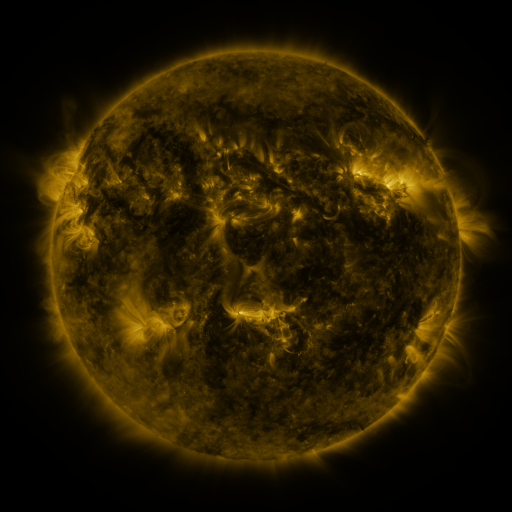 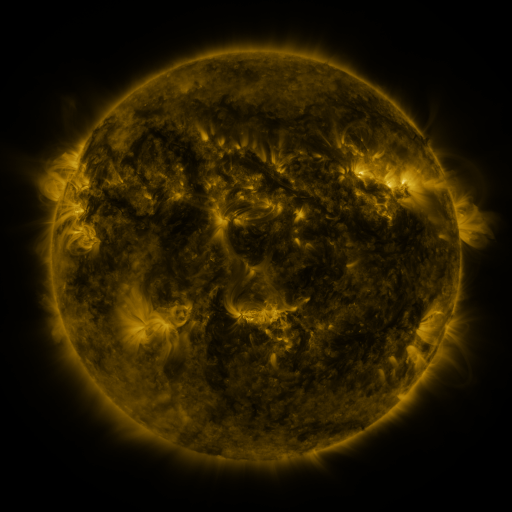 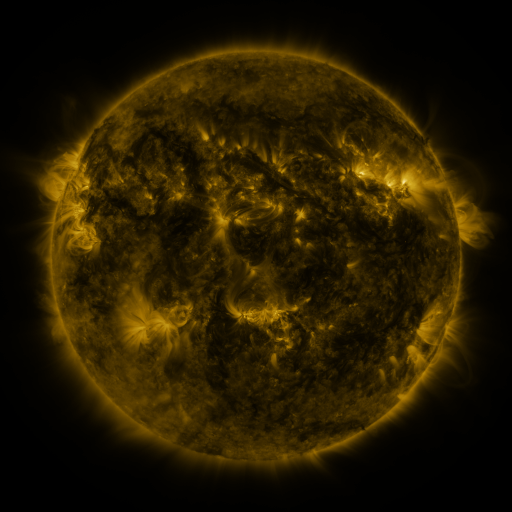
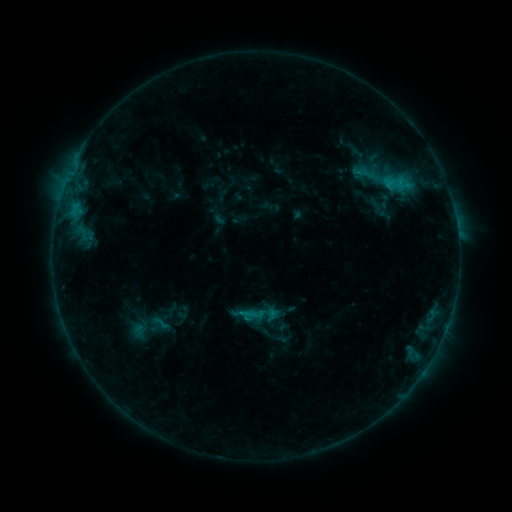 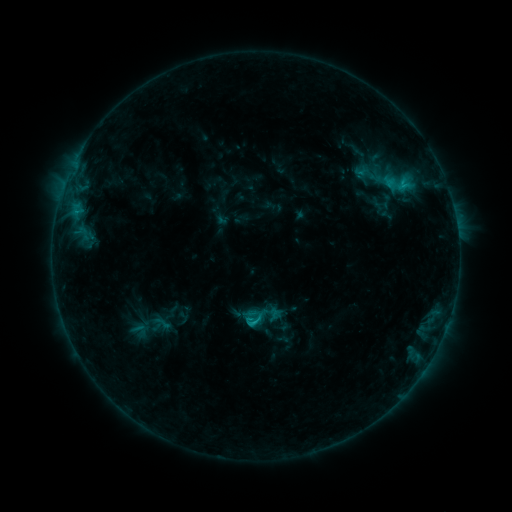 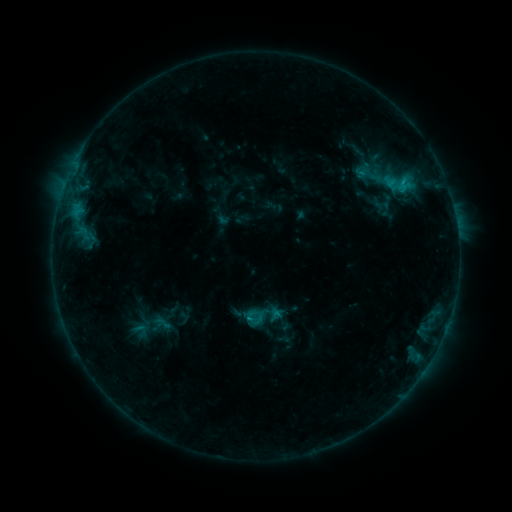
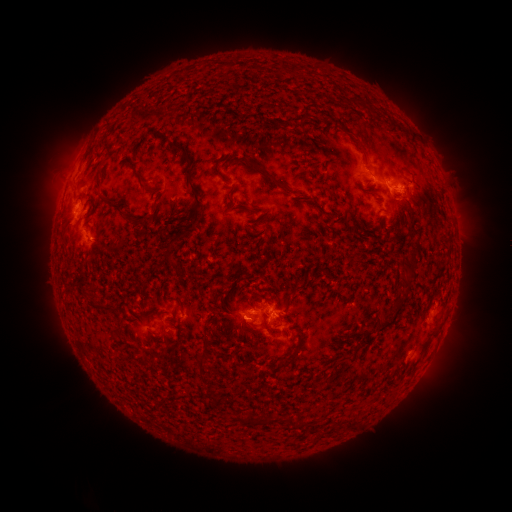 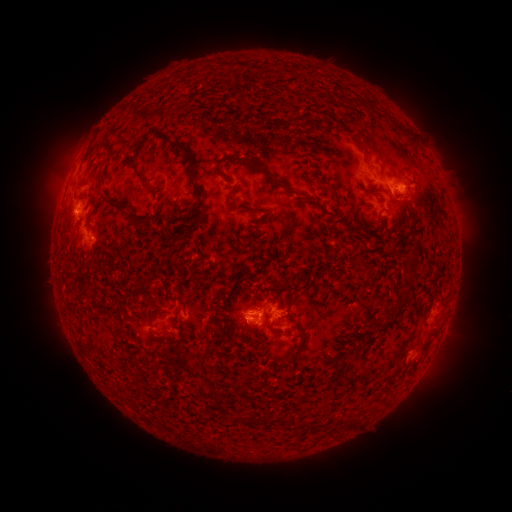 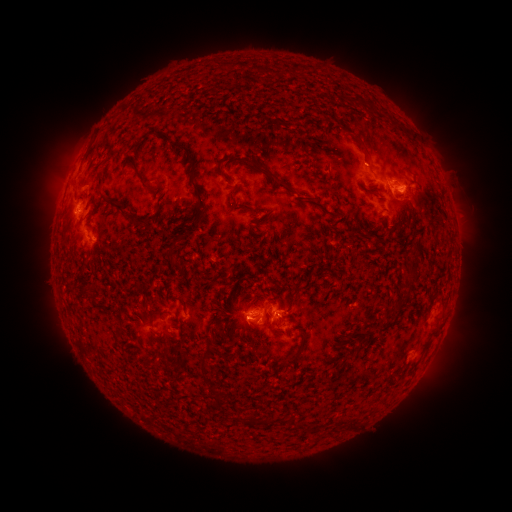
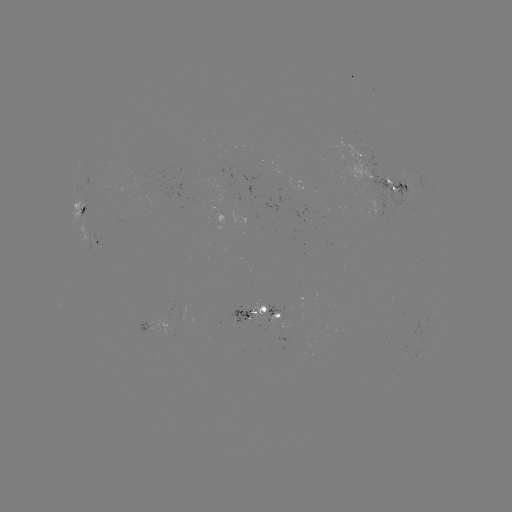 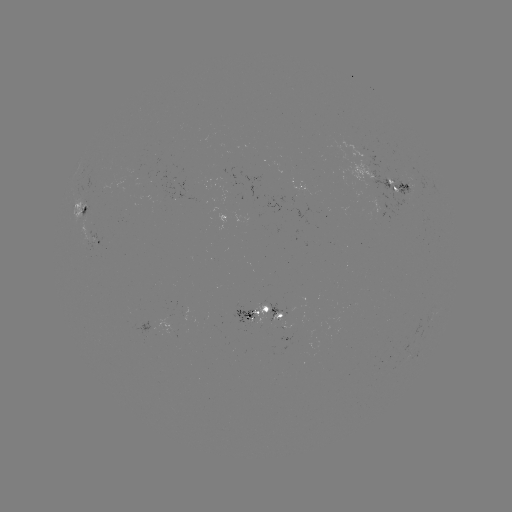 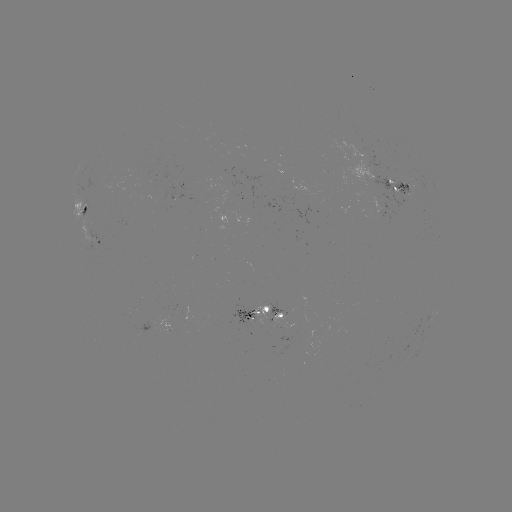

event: emerging-flux region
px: (382, 200)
